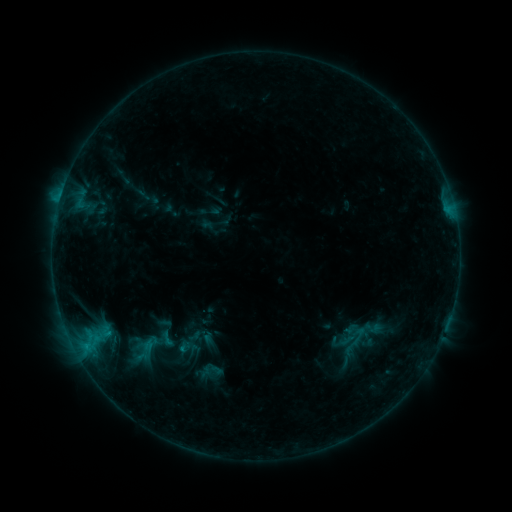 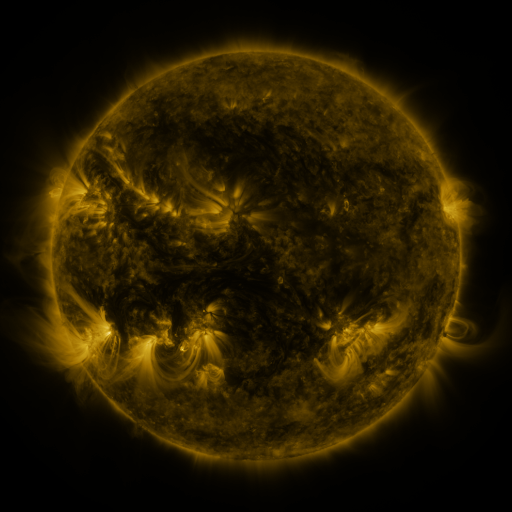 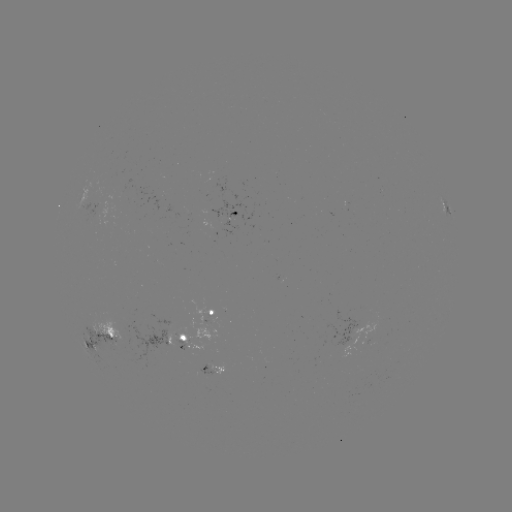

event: sigmoid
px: (166, 339)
